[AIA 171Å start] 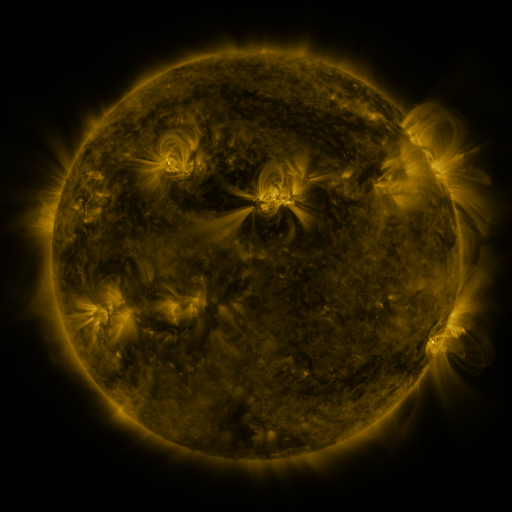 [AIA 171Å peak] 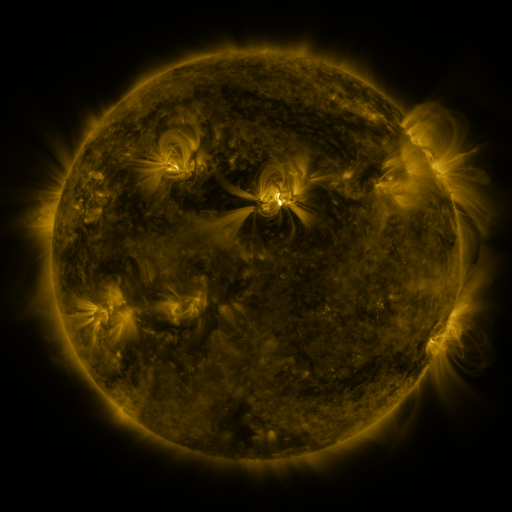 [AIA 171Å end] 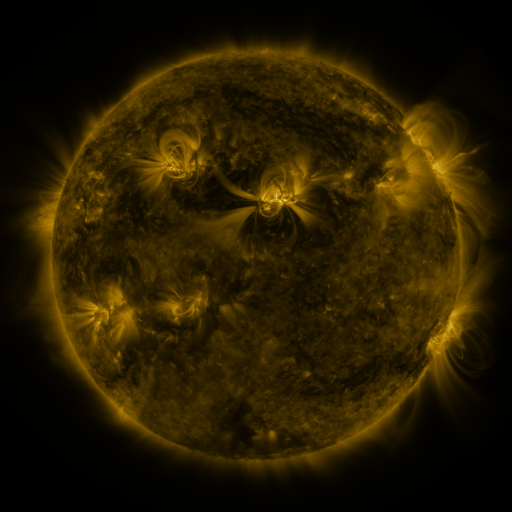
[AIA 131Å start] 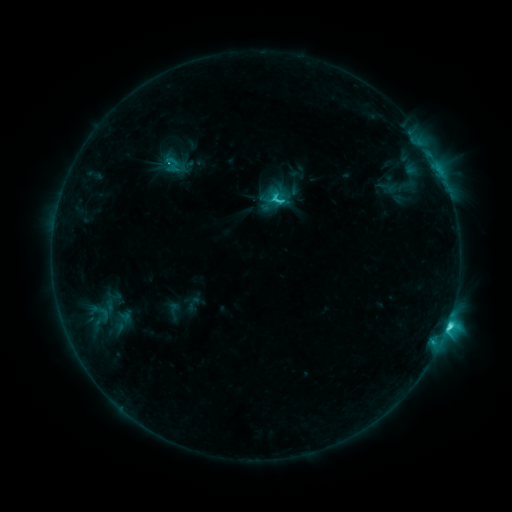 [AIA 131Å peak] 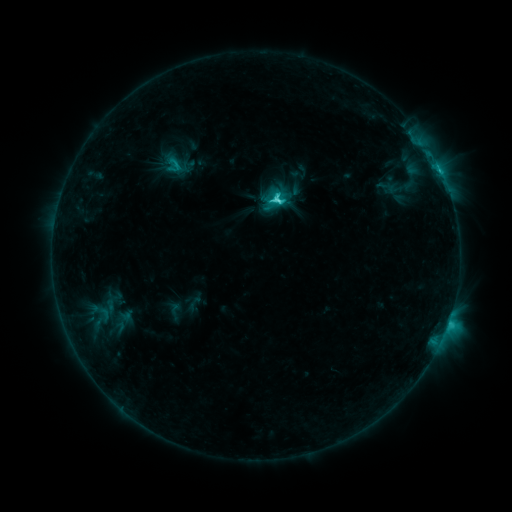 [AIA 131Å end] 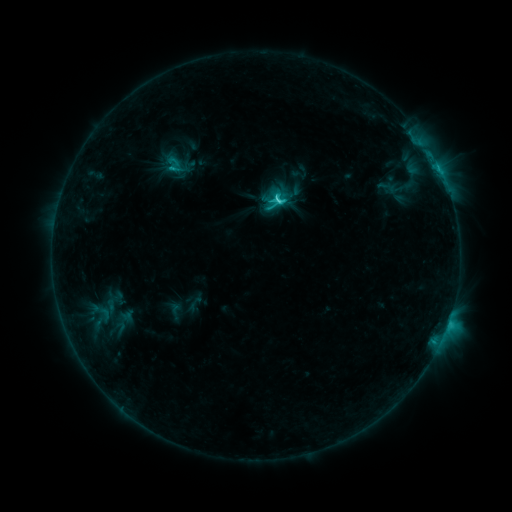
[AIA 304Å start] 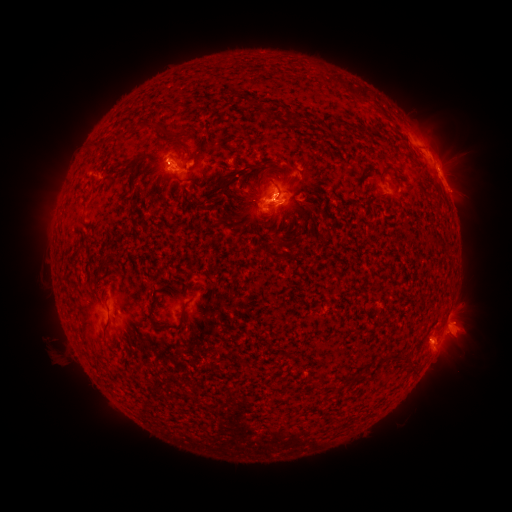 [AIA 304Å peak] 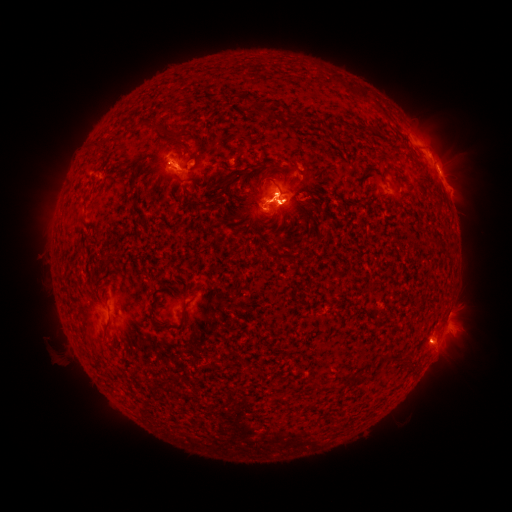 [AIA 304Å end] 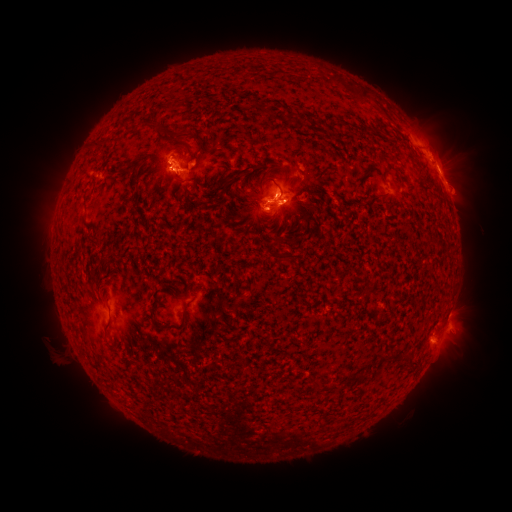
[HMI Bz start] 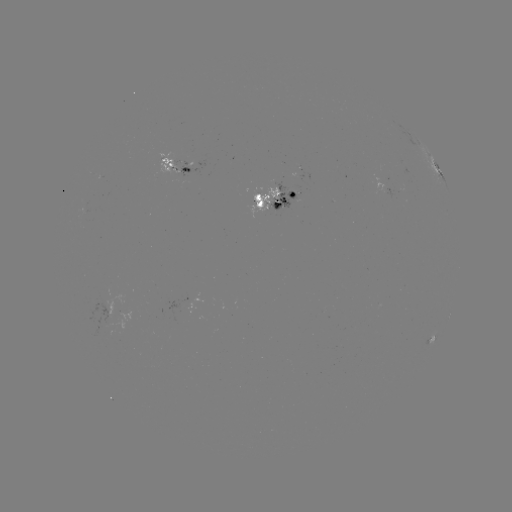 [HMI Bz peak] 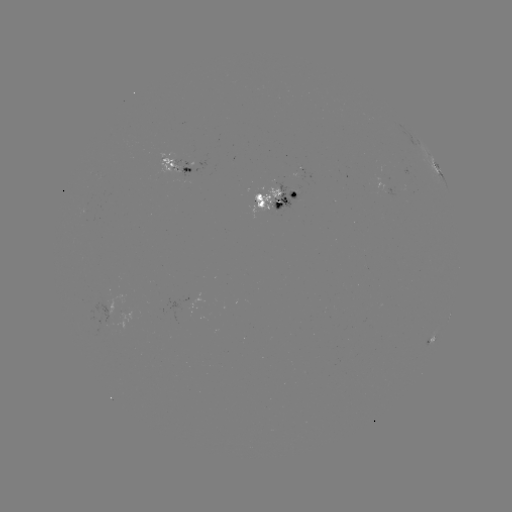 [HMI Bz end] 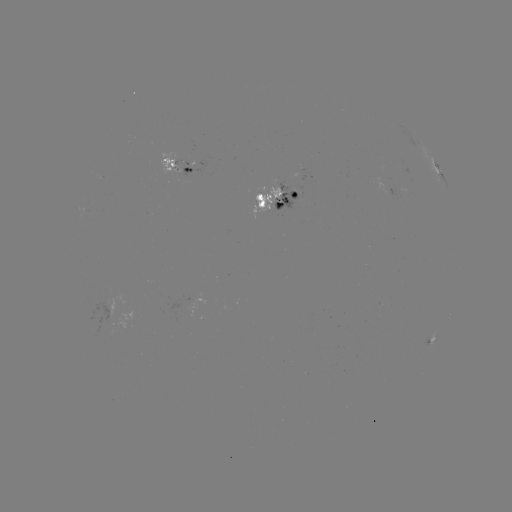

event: emerging-flux region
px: (182, 171)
